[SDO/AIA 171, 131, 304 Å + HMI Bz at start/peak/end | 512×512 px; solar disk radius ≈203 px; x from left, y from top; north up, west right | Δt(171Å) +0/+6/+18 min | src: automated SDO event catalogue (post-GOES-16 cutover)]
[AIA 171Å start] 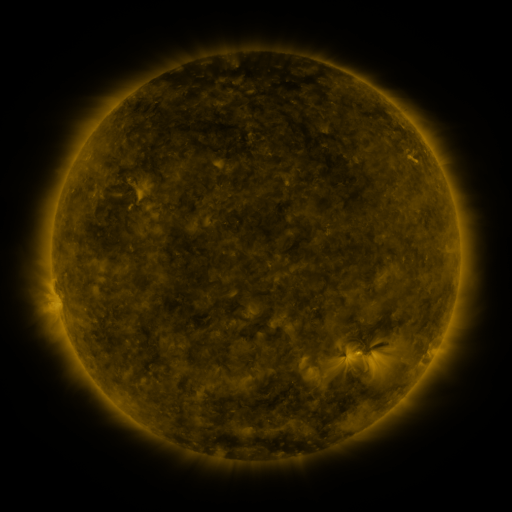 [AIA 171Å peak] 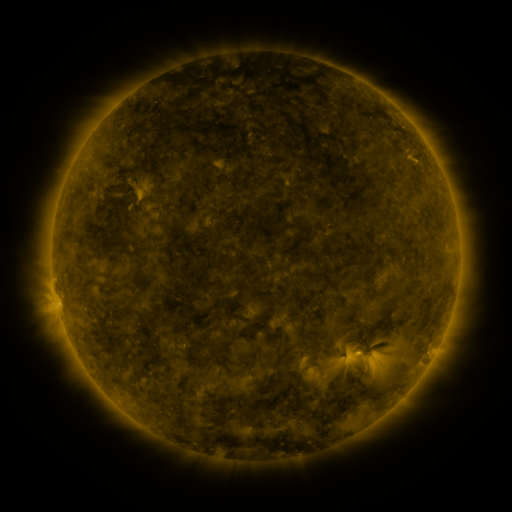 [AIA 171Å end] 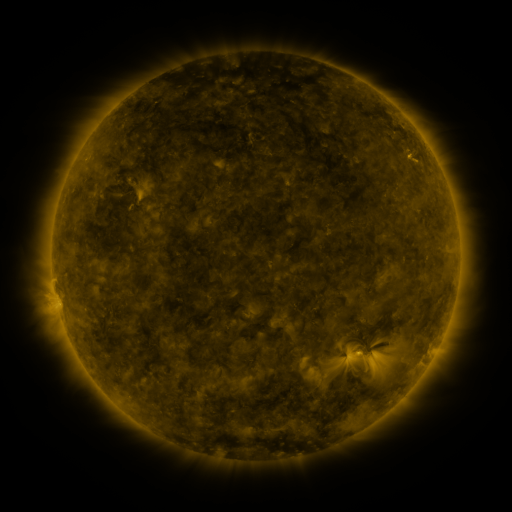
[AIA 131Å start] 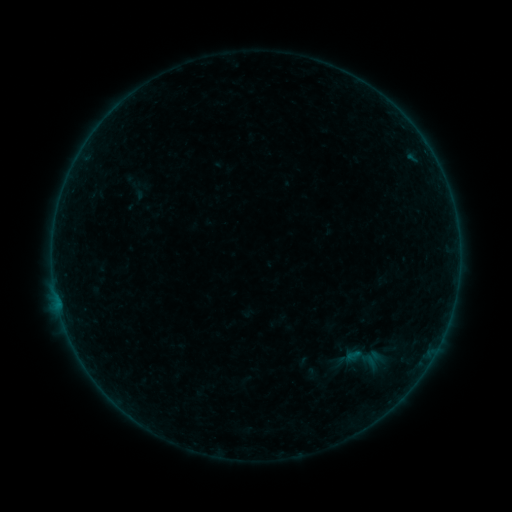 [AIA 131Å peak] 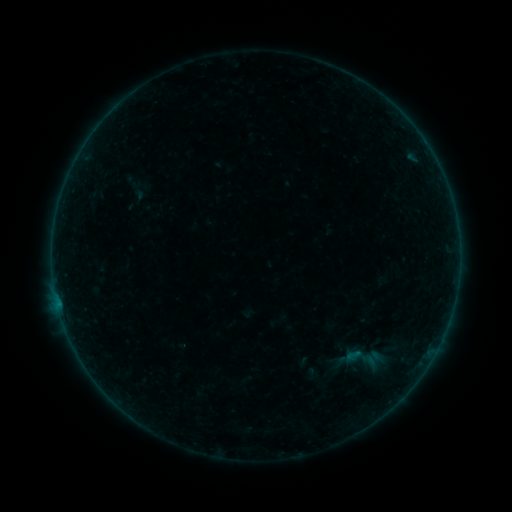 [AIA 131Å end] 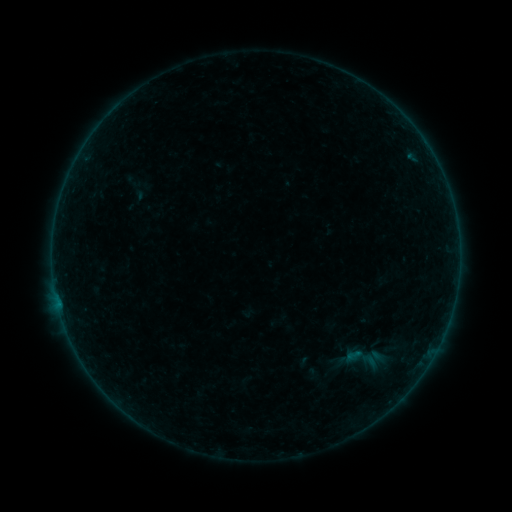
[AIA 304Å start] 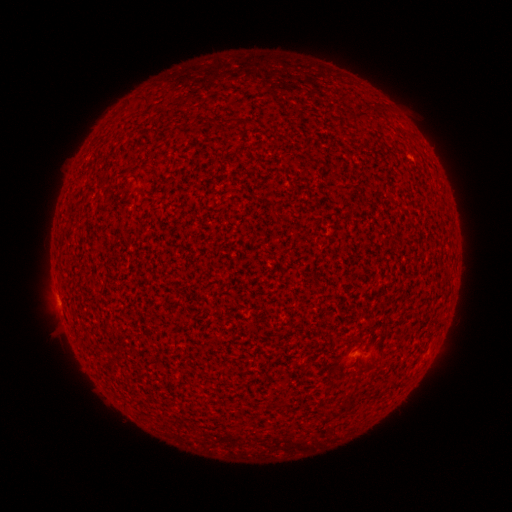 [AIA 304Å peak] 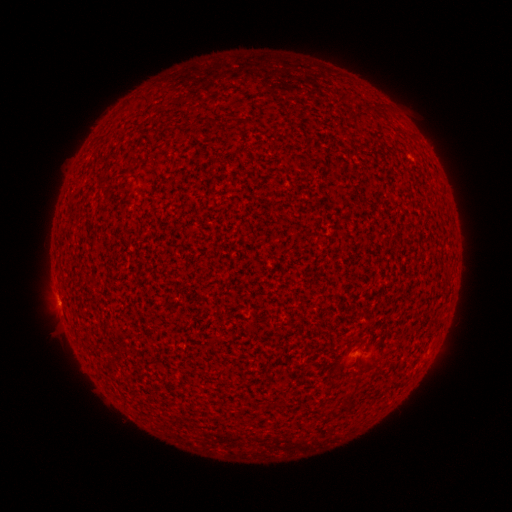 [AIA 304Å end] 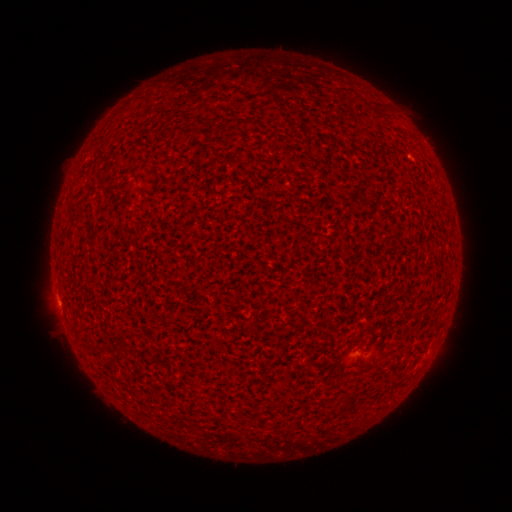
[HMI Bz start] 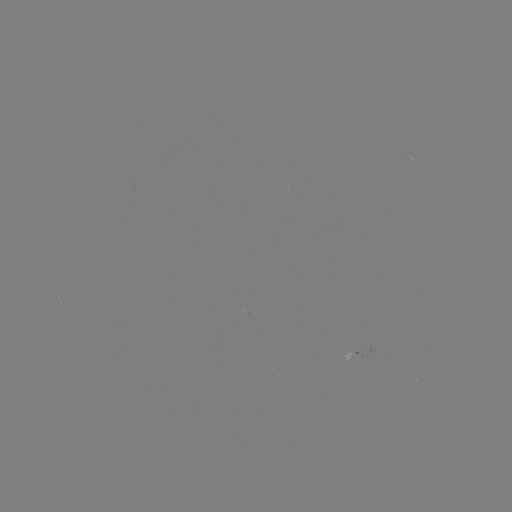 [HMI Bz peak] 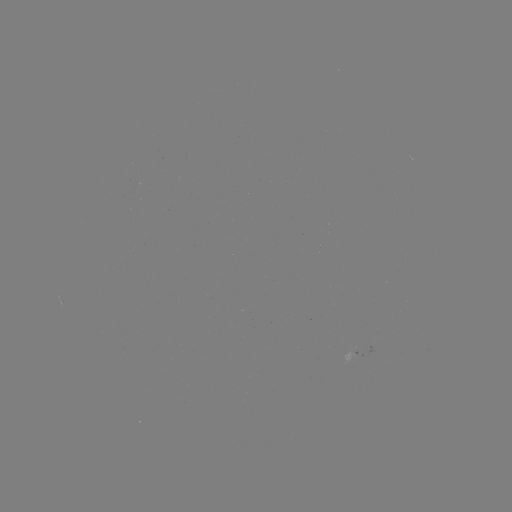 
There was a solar flare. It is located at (59, 303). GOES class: A6.0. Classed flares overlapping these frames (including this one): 1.